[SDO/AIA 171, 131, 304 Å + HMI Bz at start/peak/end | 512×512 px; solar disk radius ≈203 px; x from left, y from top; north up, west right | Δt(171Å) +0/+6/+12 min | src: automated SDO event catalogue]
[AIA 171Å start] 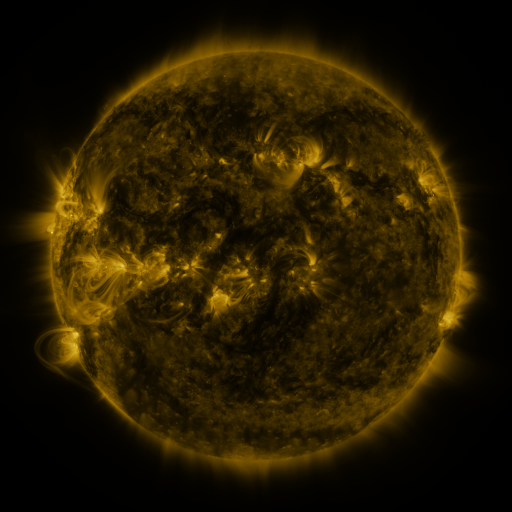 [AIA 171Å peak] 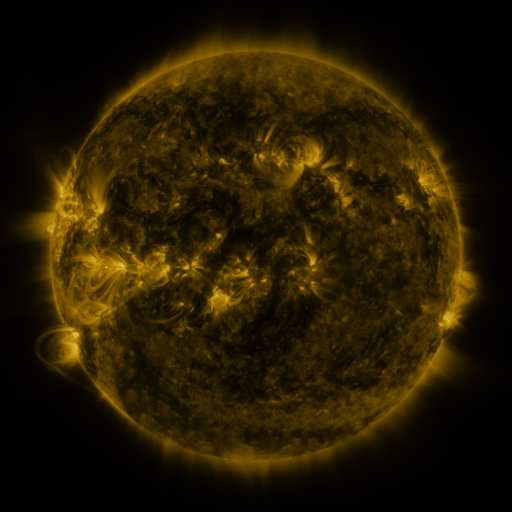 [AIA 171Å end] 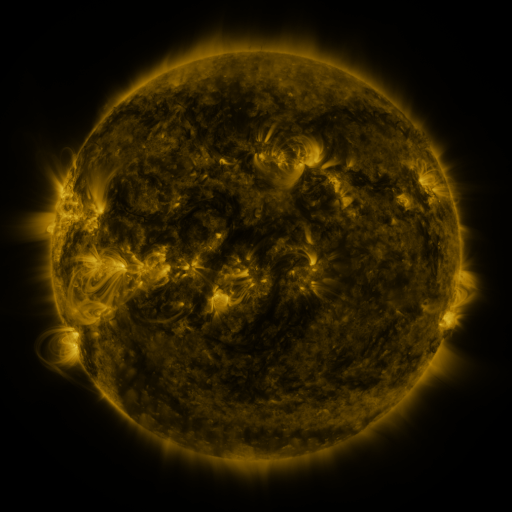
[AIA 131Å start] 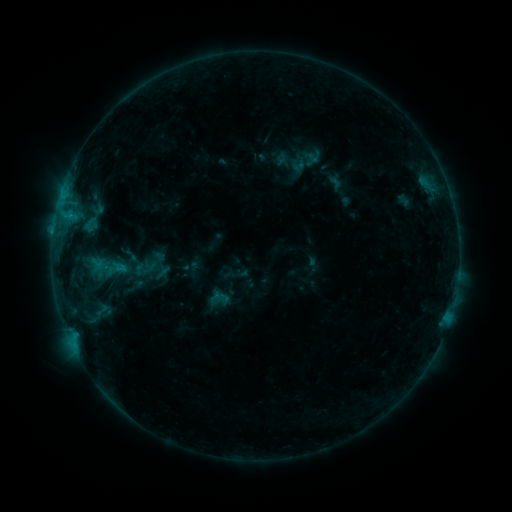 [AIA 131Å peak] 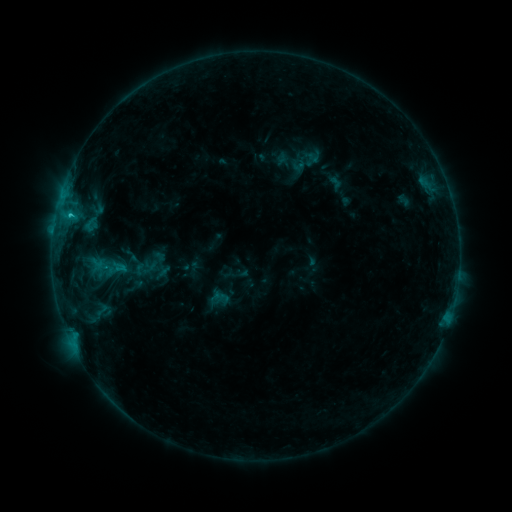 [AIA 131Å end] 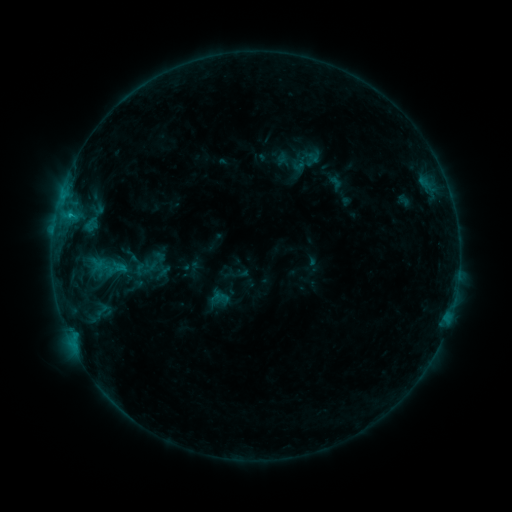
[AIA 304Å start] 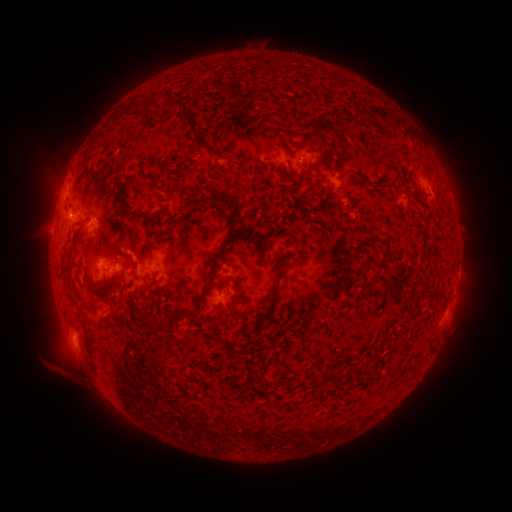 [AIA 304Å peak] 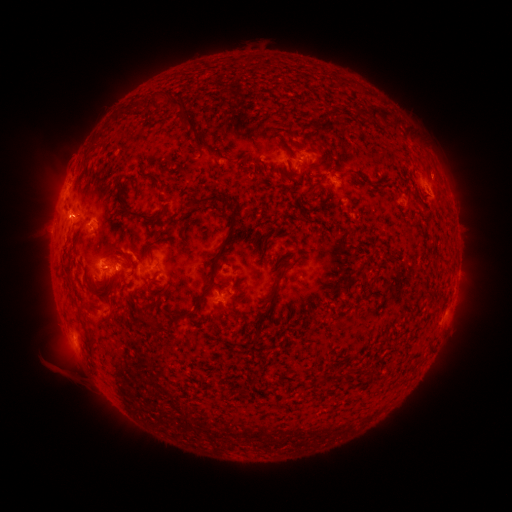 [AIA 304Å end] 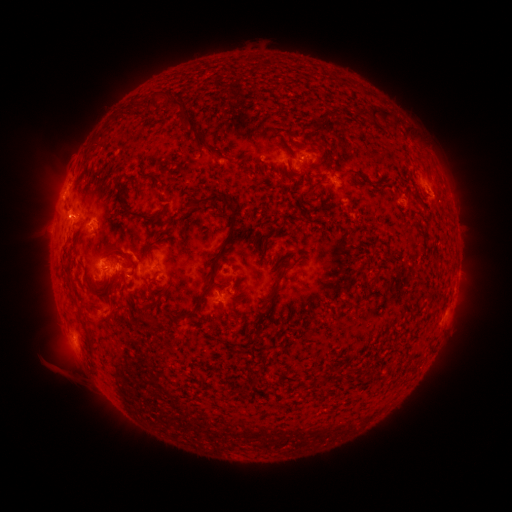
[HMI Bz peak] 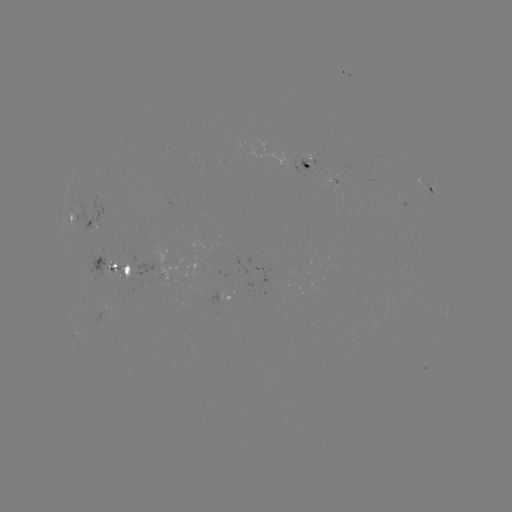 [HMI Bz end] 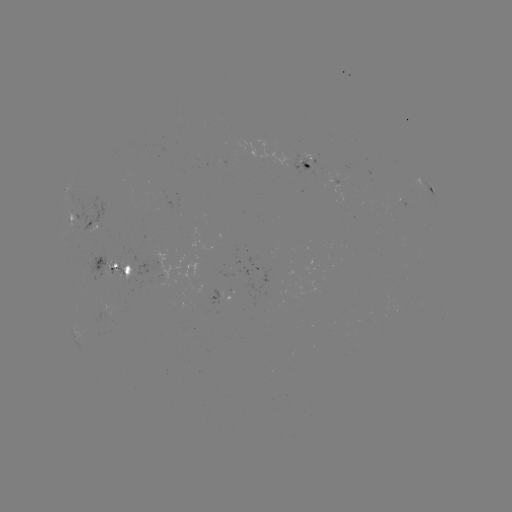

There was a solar flare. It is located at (70, 218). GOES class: B9.4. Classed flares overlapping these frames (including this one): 1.